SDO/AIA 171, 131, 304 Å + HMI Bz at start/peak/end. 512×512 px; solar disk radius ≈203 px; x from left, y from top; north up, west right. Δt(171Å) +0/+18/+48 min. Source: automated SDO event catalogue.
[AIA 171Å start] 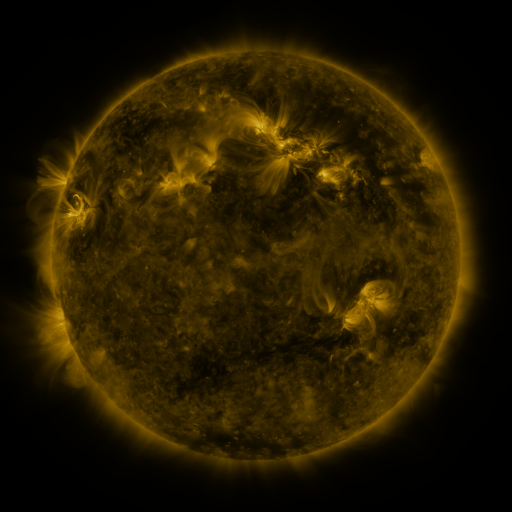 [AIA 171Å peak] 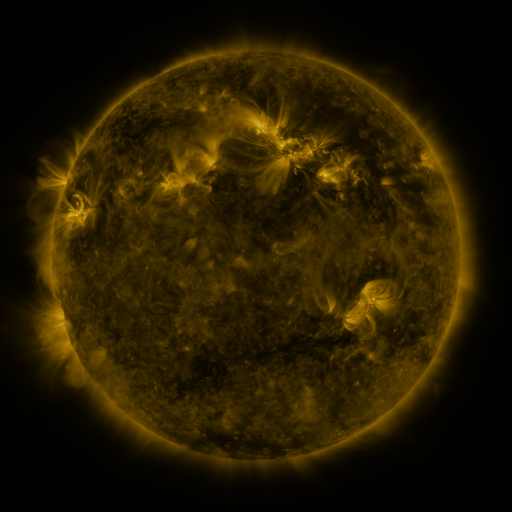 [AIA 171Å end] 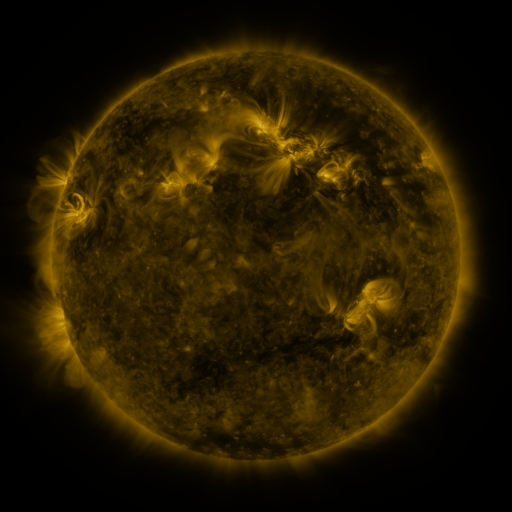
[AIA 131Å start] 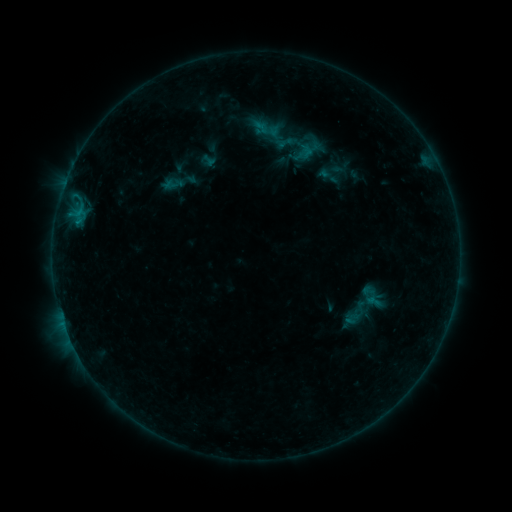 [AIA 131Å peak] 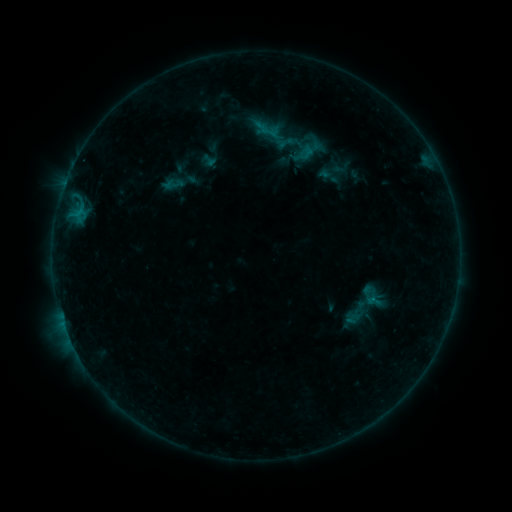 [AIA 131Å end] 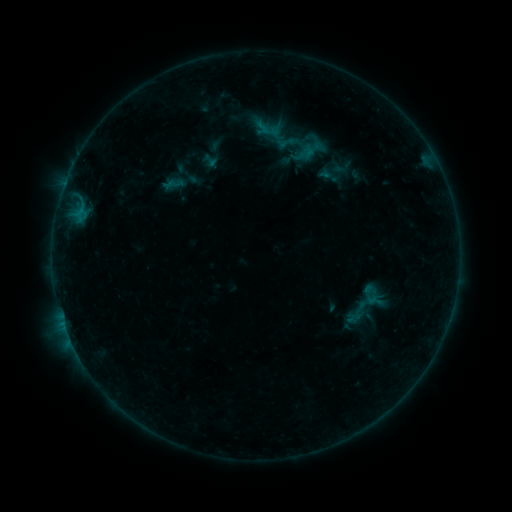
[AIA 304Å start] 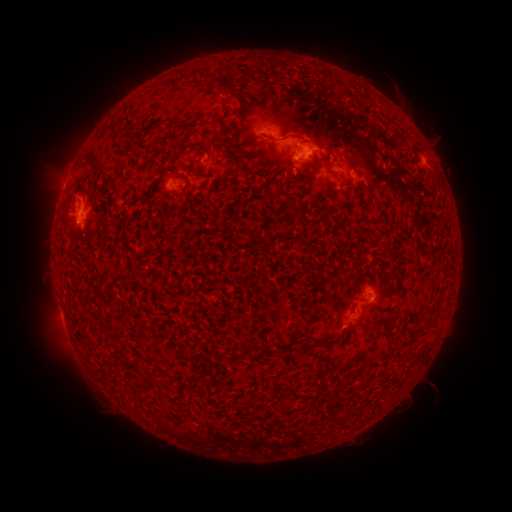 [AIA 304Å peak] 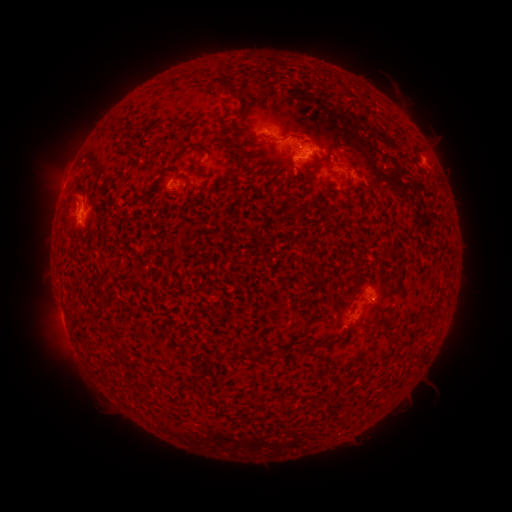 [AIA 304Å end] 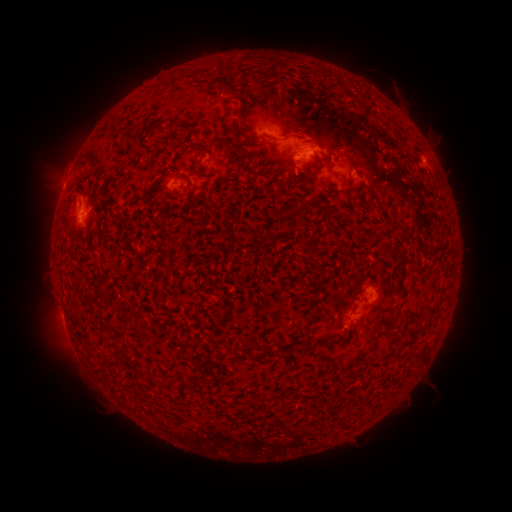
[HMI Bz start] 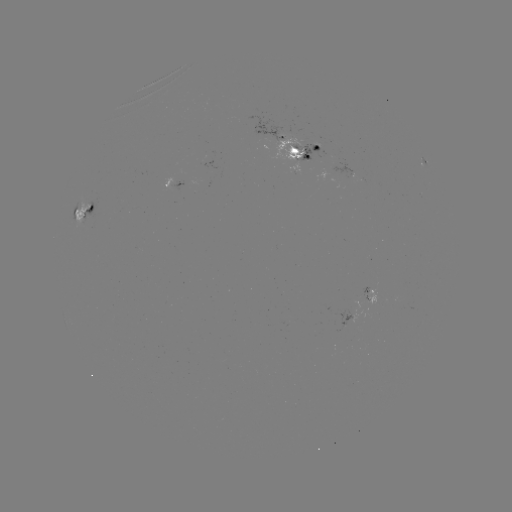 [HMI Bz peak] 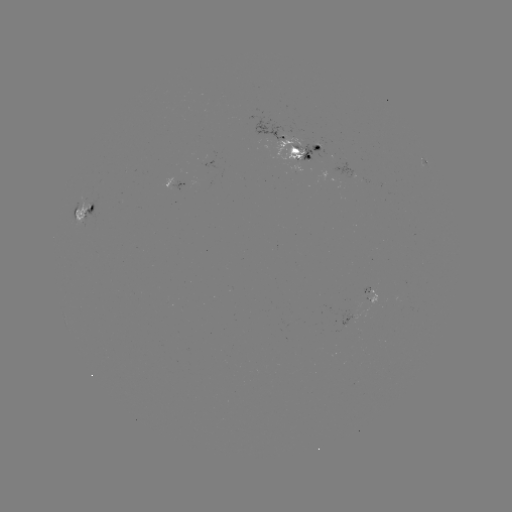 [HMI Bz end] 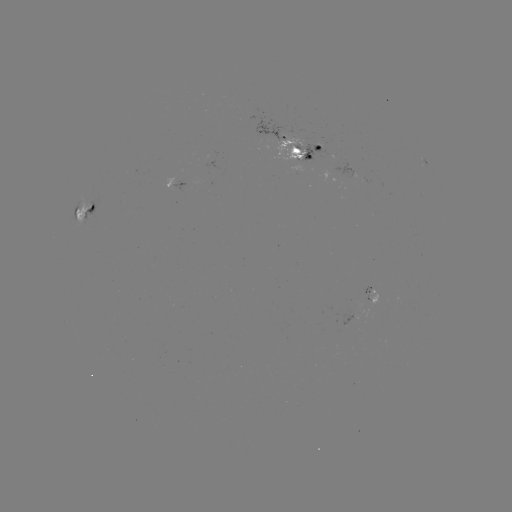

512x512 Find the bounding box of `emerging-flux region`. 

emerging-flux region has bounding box [341, 310, 356, 327].